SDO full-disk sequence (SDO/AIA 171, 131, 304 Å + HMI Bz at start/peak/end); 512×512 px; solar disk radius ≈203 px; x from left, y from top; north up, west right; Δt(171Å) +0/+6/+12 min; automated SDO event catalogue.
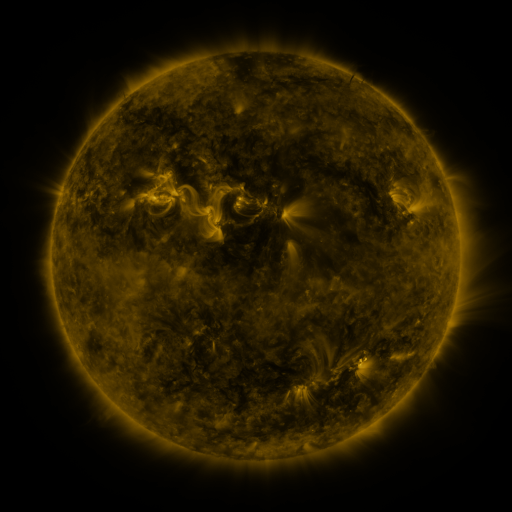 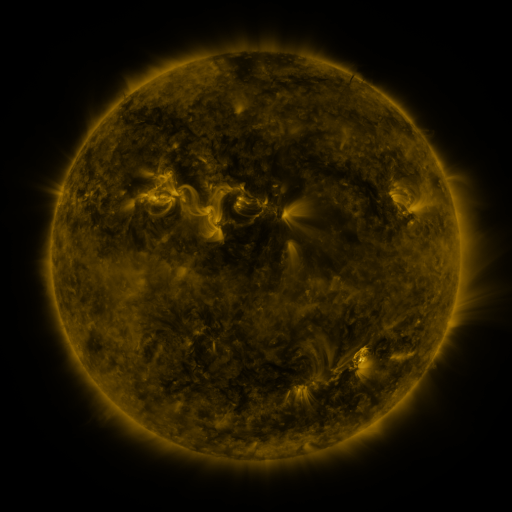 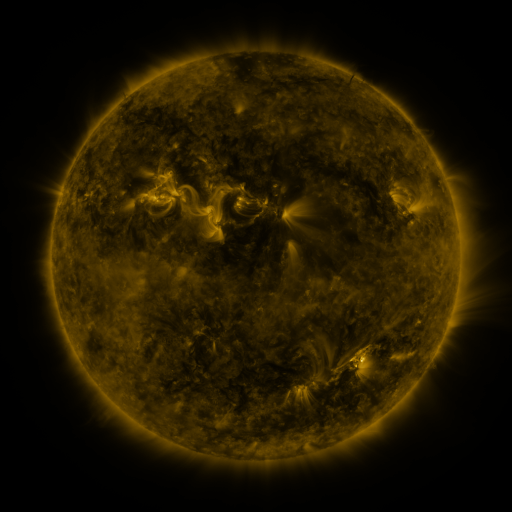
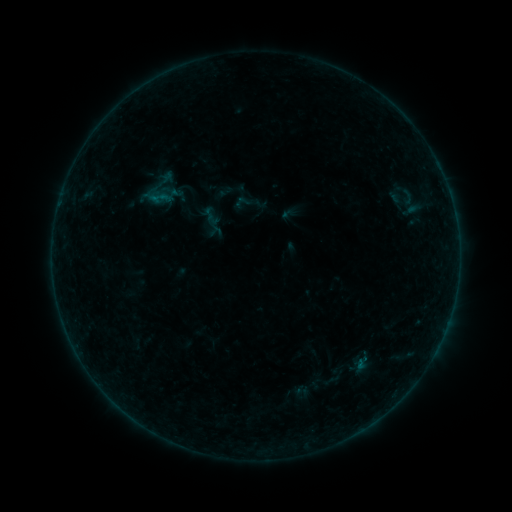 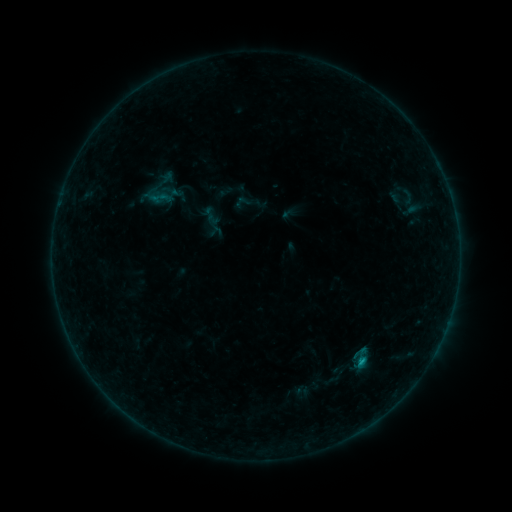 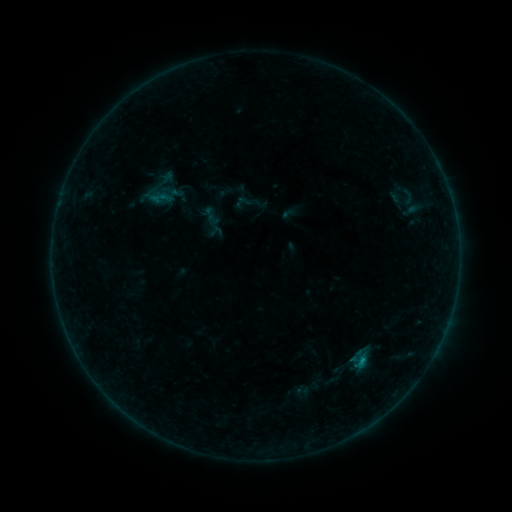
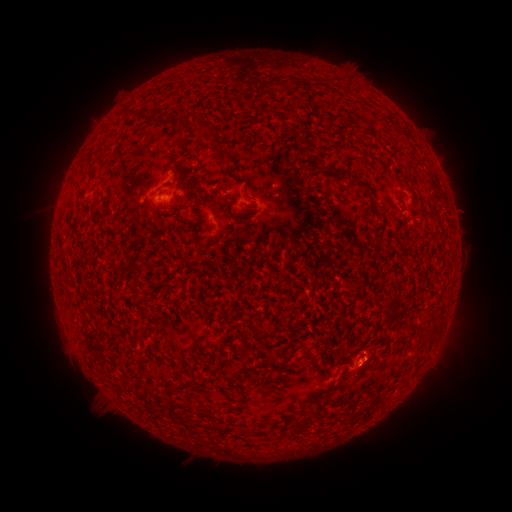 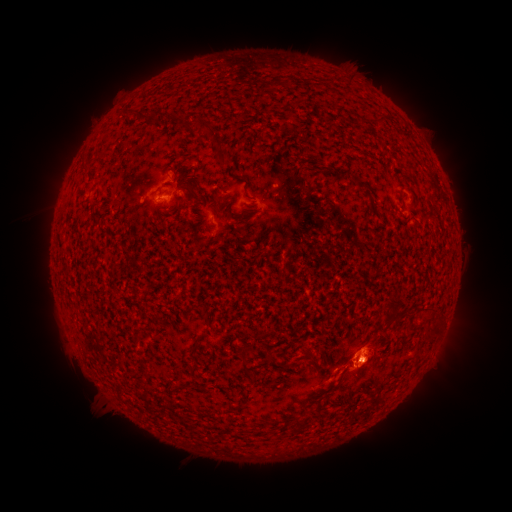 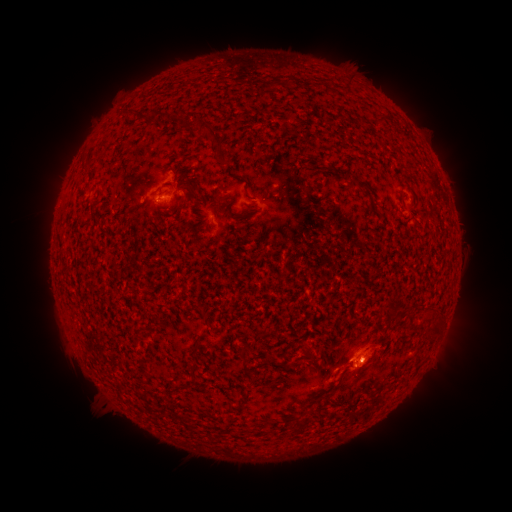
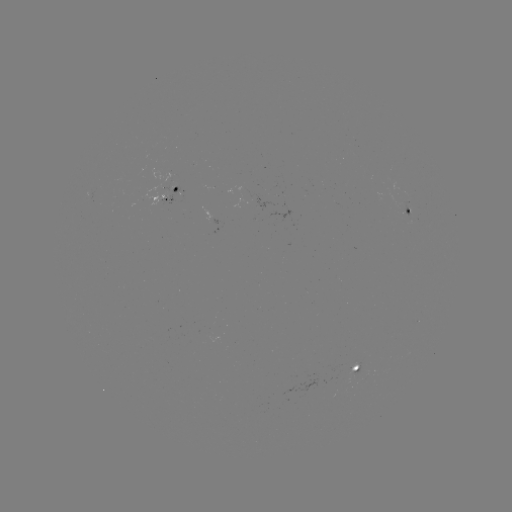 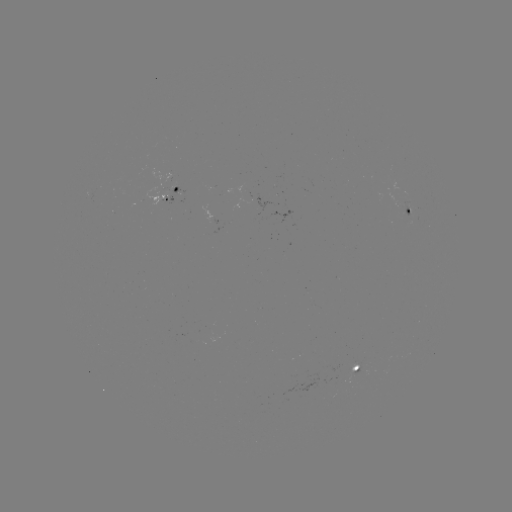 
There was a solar flare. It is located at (361, 358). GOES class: B3.6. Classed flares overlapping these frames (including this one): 1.